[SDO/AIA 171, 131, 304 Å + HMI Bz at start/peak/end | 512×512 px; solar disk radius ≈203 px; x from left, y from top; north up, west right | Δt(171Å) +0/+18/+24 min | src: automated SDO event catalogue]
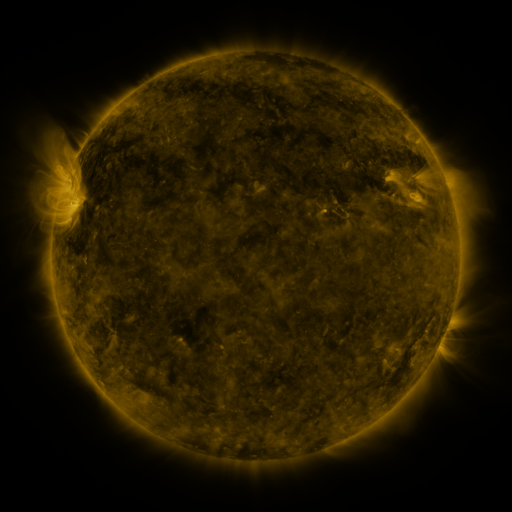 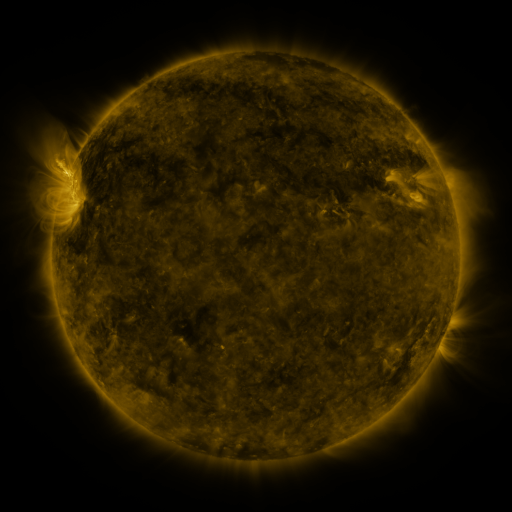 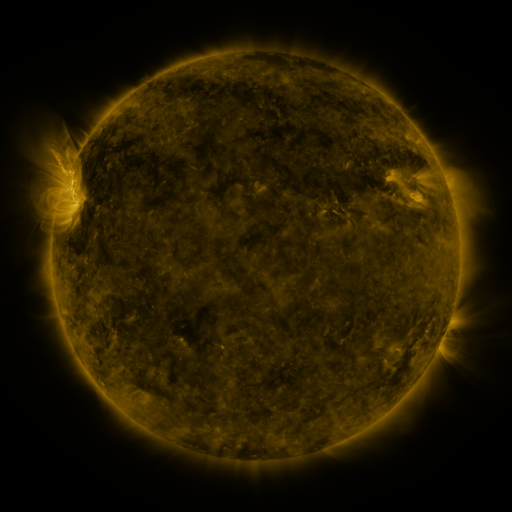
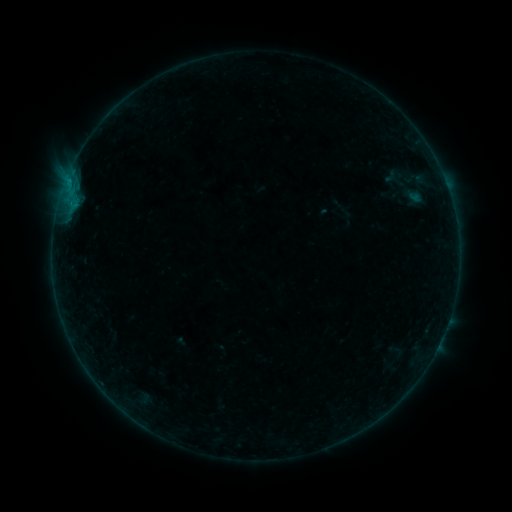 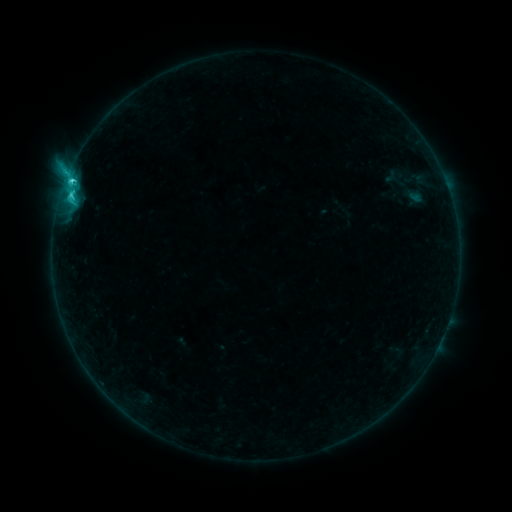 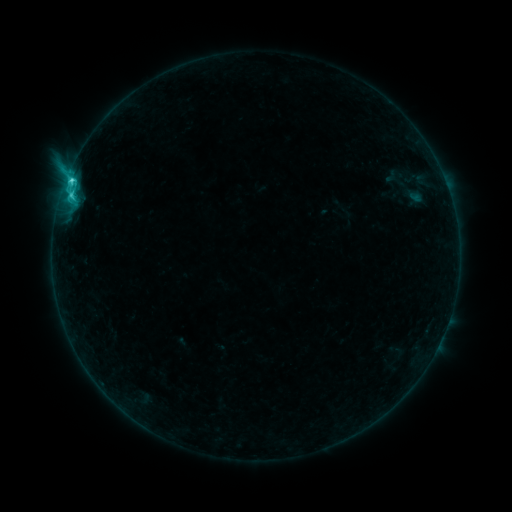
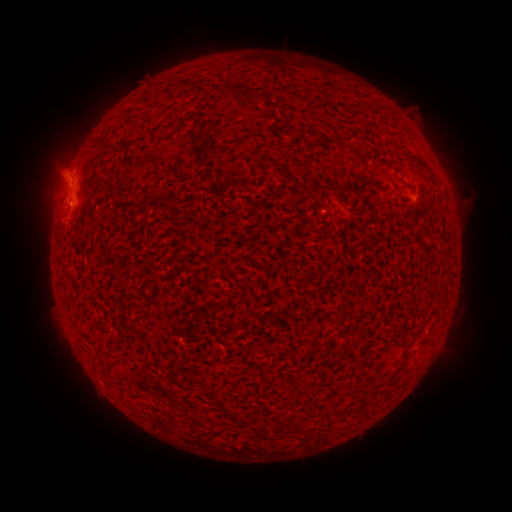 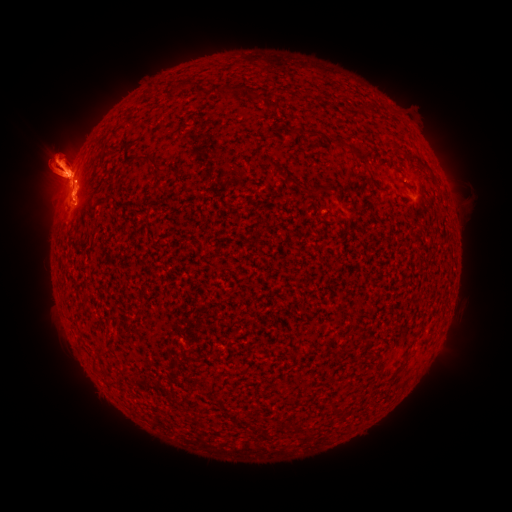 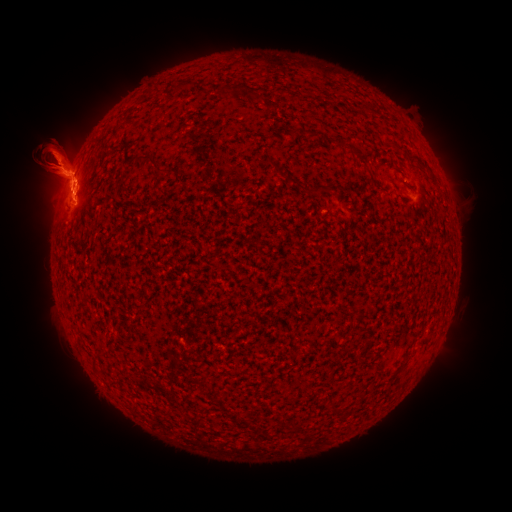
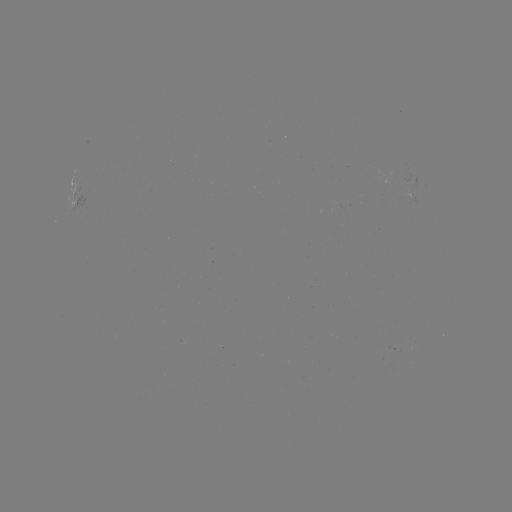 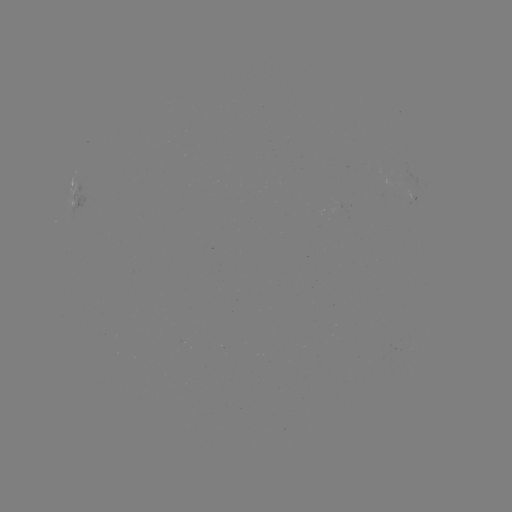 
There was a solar flare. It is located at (72, 182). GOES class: C3.3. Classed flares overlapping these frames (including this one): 2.